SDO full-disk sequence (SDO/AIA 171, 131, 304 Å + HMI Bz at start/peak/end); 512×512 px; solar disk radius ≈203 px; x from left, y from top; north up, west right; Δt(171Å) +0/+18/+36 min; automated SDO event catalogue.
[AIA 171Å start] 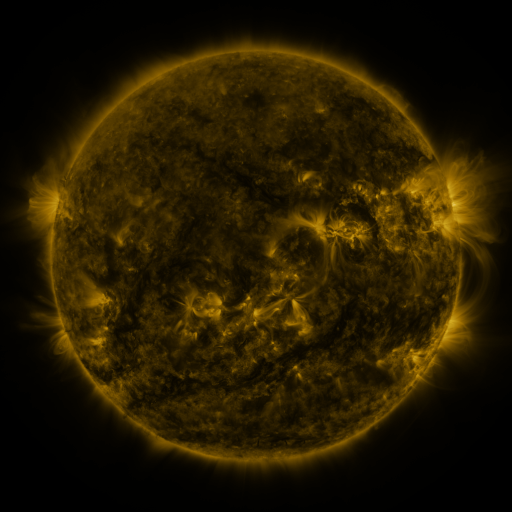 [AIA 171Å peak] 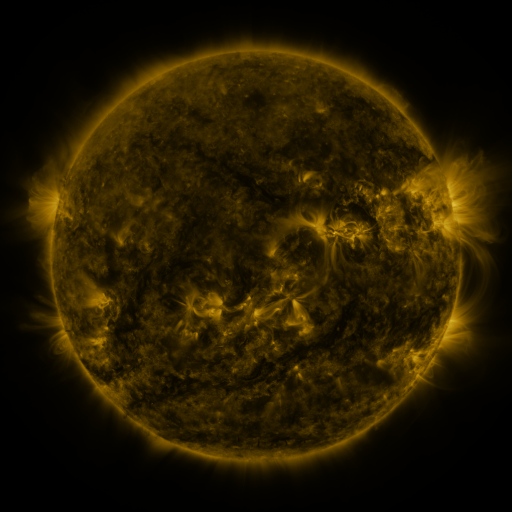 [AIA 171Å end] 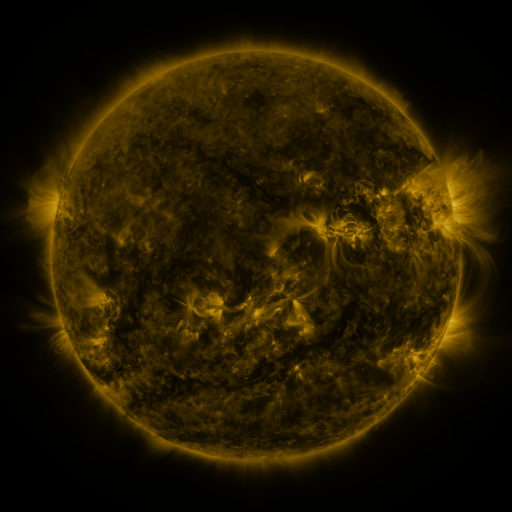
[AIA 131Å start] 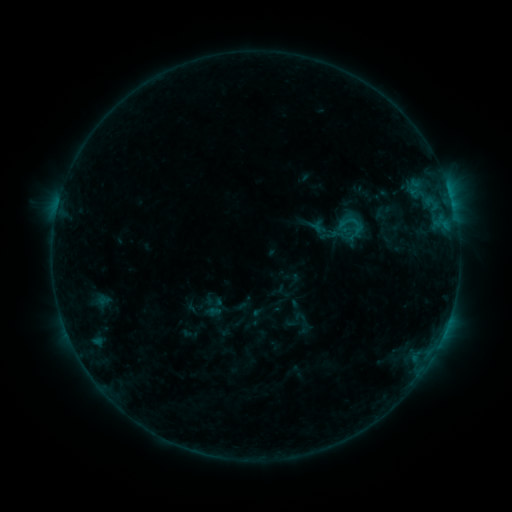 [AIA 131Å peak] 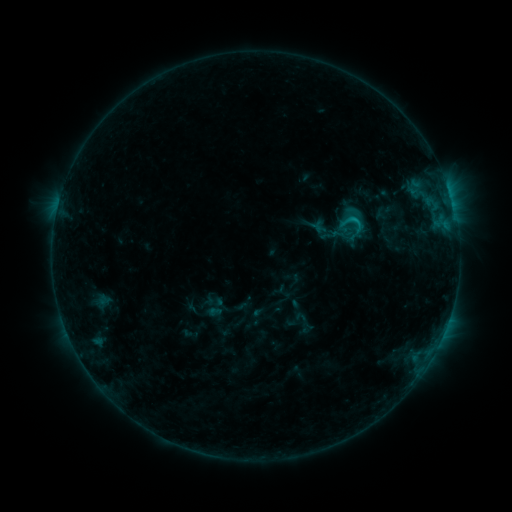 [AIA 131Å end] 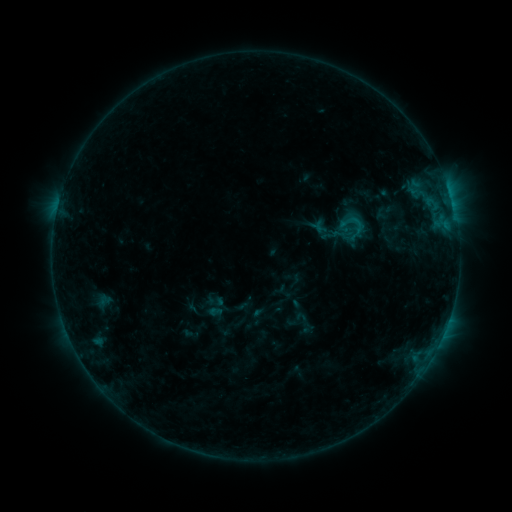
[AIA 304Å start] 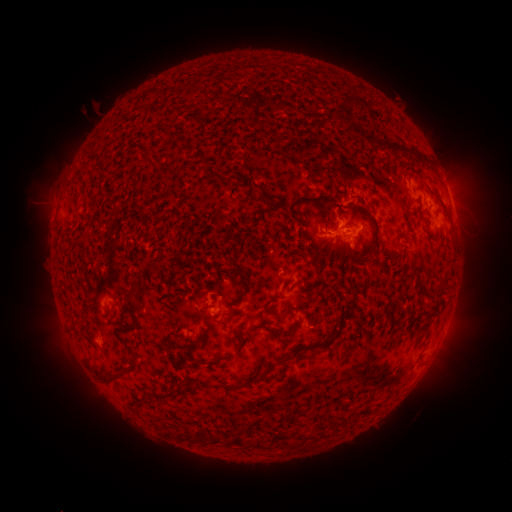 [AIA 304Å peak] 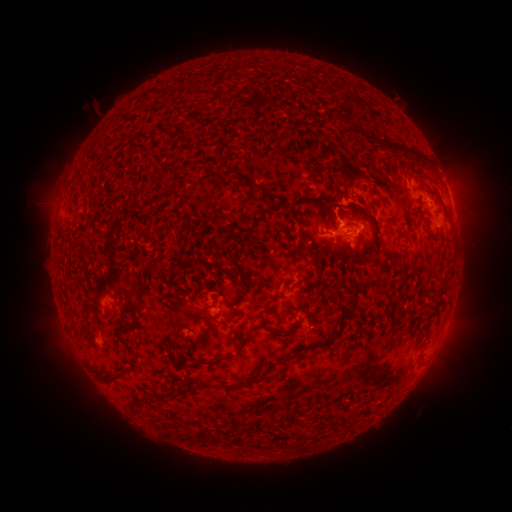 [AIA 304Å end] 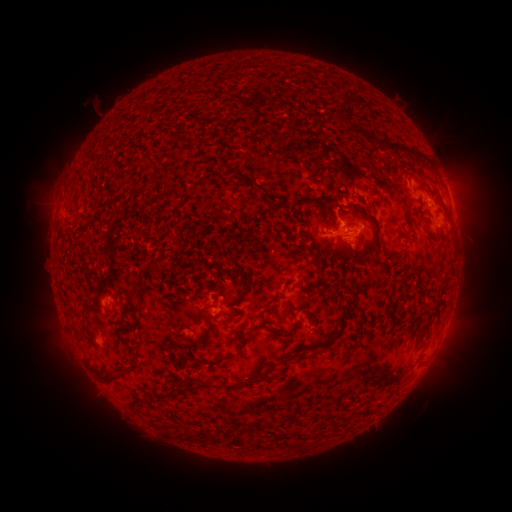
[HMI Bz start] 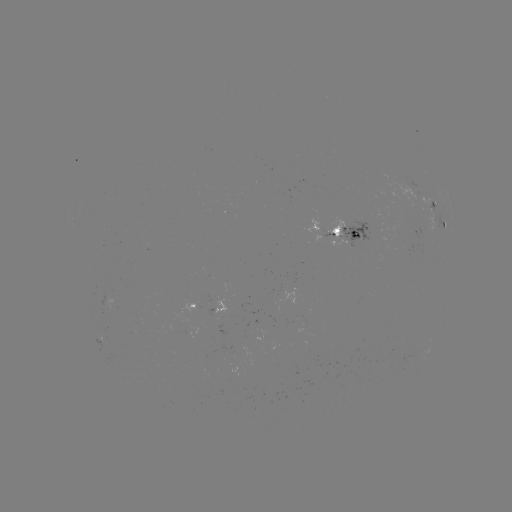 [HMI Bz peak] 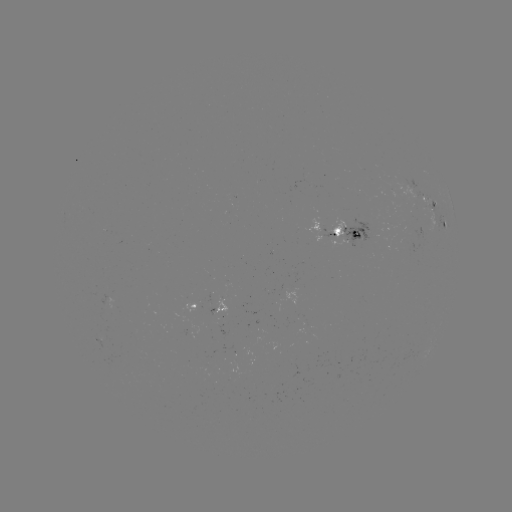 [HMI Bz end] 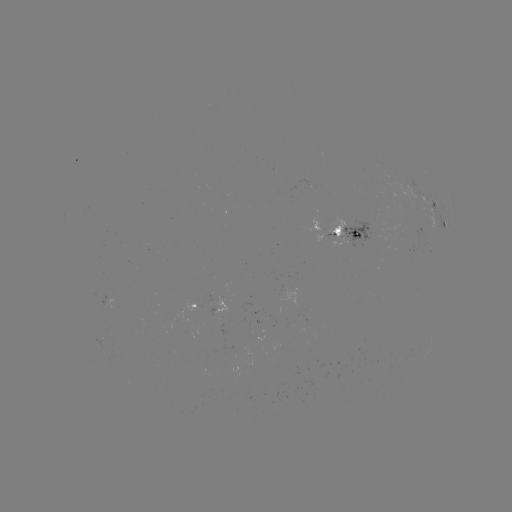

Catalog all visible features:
C1.0 flare: (353, 222)
